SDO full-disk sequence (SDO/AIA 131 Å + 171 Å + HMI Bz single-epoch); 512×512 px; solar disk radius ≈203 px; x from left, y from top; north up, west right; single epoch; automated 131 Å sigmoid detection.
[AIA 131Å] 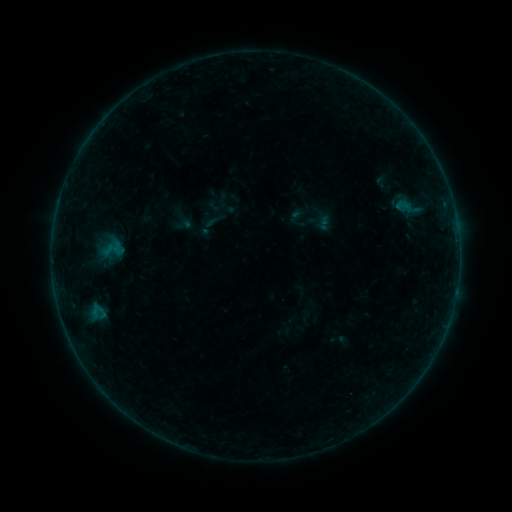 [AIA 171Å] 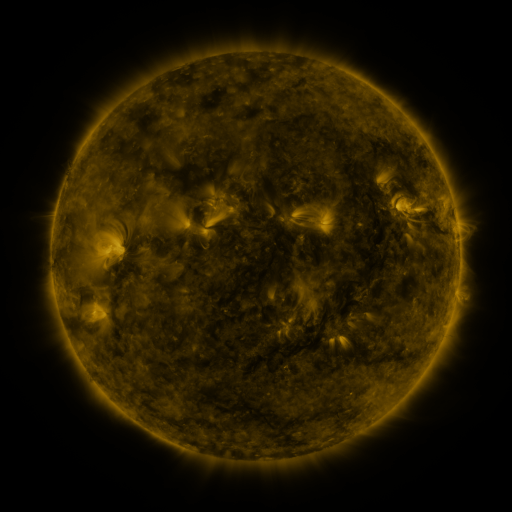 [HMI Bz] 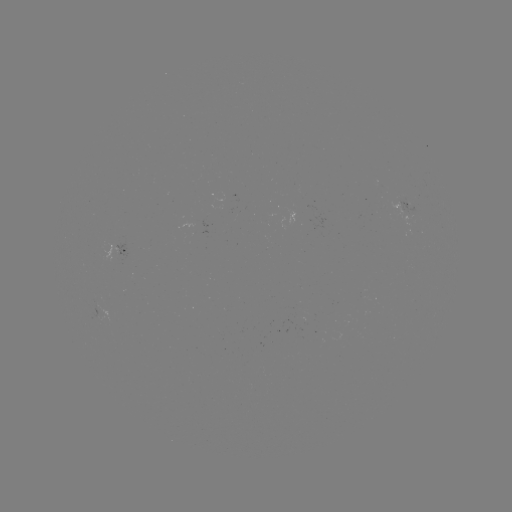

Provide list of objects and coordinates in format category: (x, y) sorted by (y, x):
sigmoid: (404, 206)
sigmoid: (213, 221)
